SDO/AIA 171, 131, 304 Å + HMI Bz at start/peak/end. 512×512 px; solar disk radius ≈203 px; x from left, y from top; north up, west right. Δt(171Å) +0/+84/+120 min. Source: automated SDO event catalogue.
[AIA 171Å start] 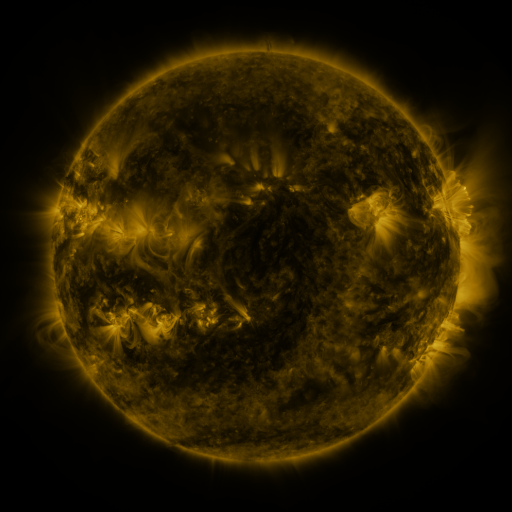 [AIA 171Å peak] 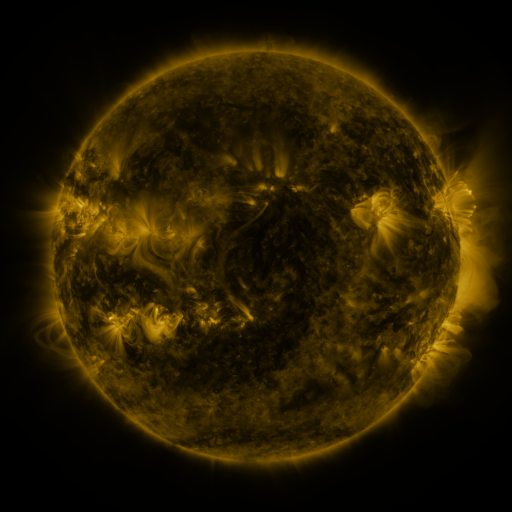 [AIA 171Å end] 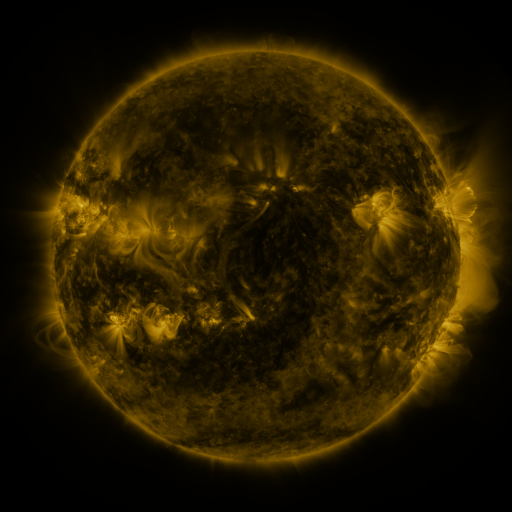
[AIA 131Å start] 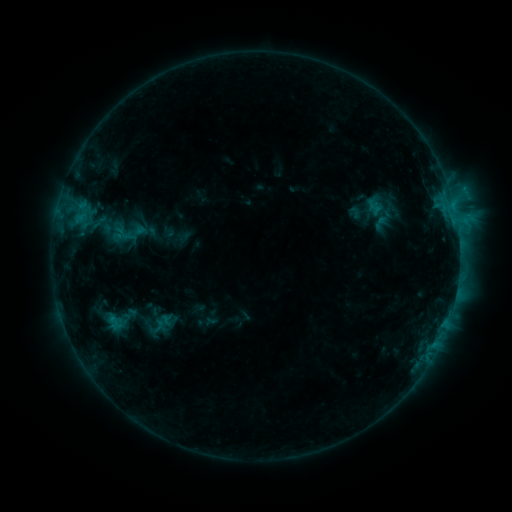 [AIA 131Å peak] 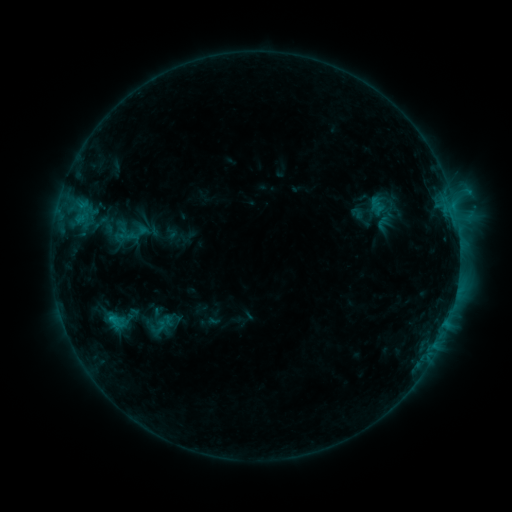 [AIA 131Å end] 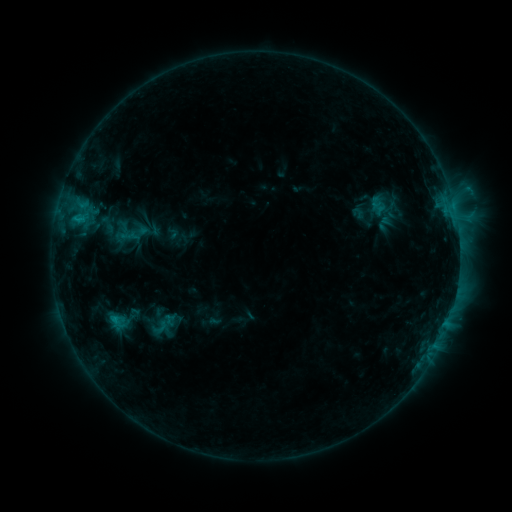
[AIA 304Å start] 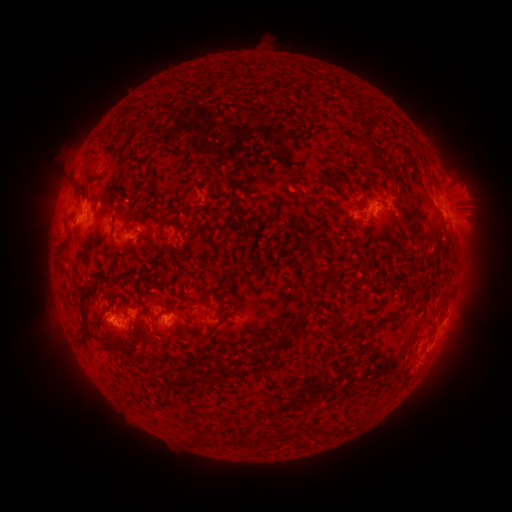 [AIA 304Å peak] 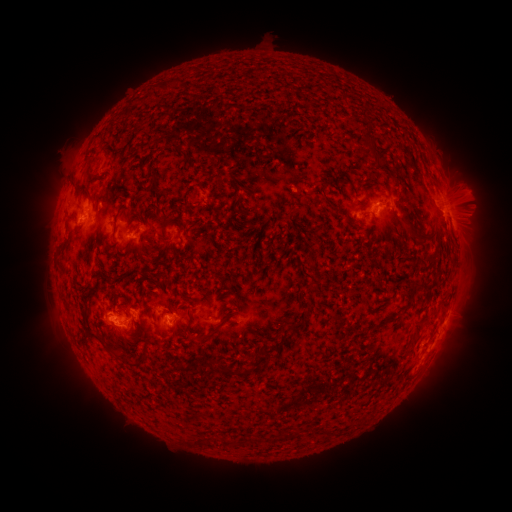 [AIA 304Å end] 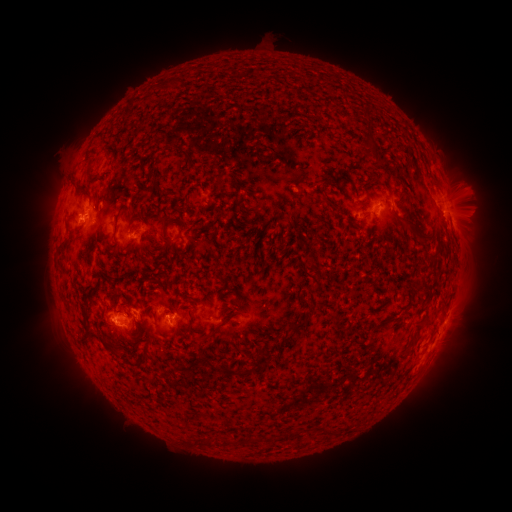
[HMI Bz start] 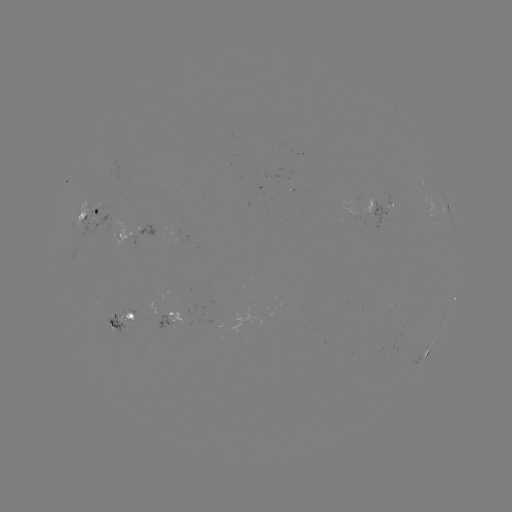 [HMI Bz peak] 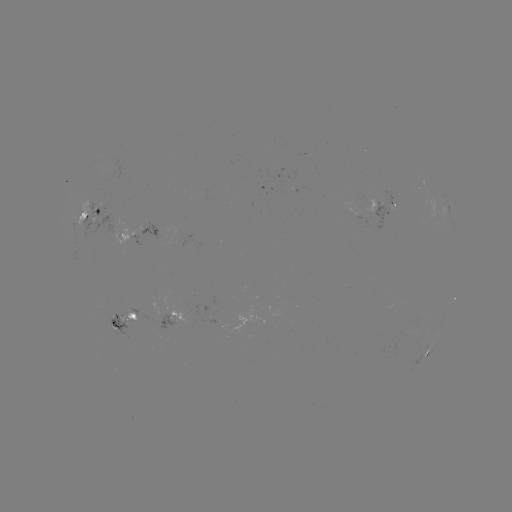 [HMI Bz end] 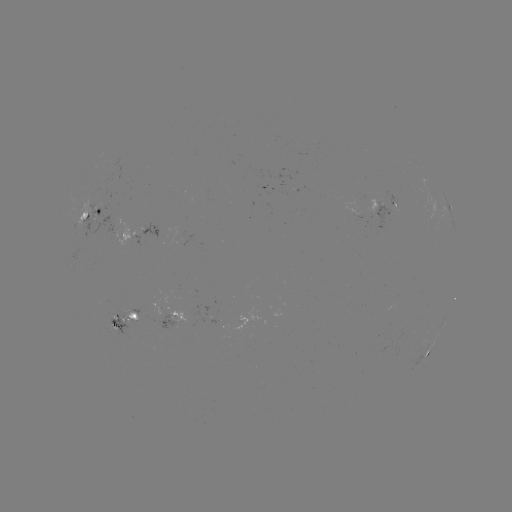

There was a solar emerging-flux region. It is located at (120, 317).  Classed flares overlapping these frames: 1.